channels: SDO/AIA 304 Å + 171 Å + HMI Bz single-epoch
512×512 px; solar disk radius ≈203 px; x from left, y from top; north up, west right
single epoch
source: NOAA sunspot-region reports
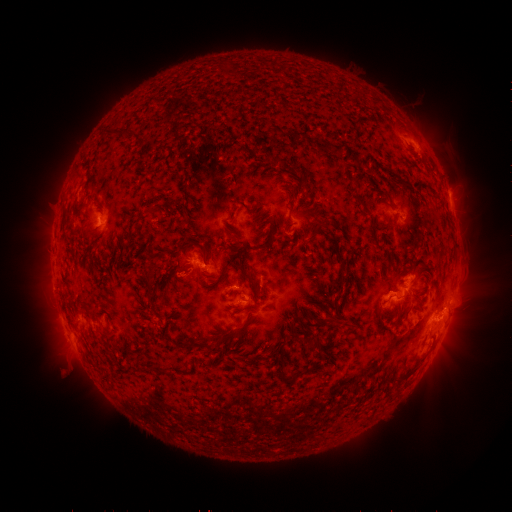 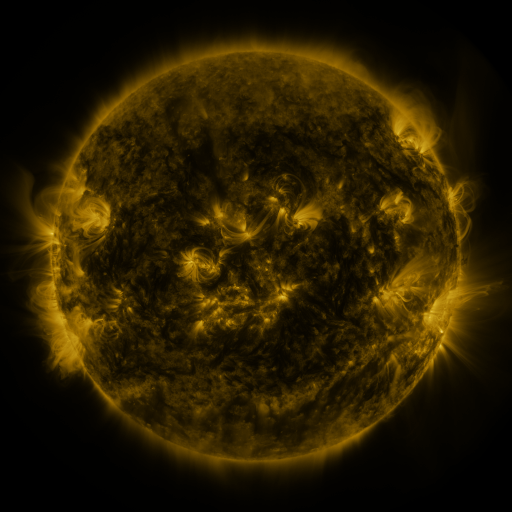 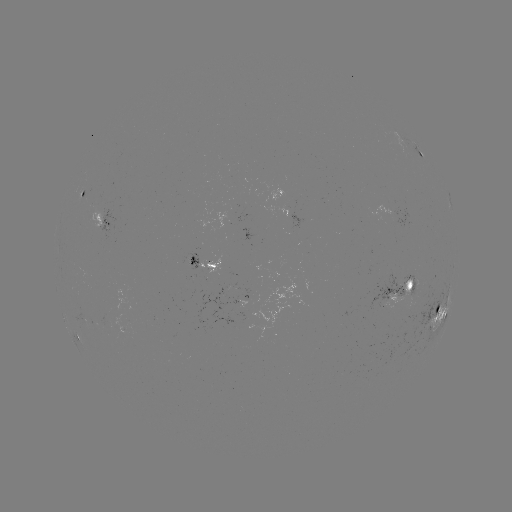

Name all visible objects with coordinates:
spotted active region: (421, 155)
spotted active region: (83, 196)
spotted active region: (409, 216)
spotted active region: (108, 223)
spotted active region: (206, 263)
spotted active region: (402, 286)
spotted active region: (439, 313)
